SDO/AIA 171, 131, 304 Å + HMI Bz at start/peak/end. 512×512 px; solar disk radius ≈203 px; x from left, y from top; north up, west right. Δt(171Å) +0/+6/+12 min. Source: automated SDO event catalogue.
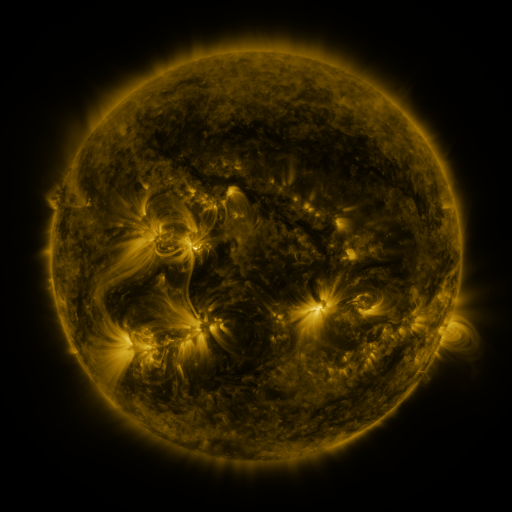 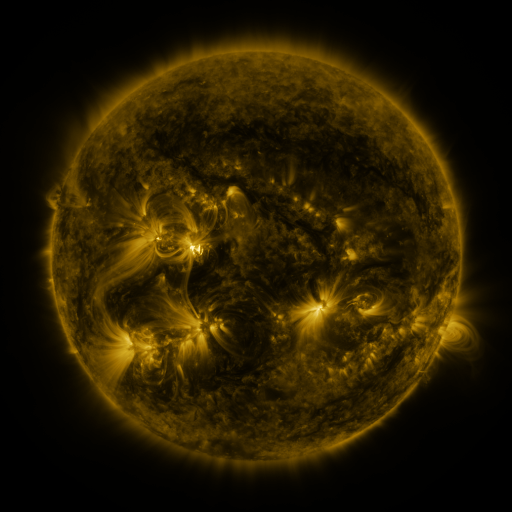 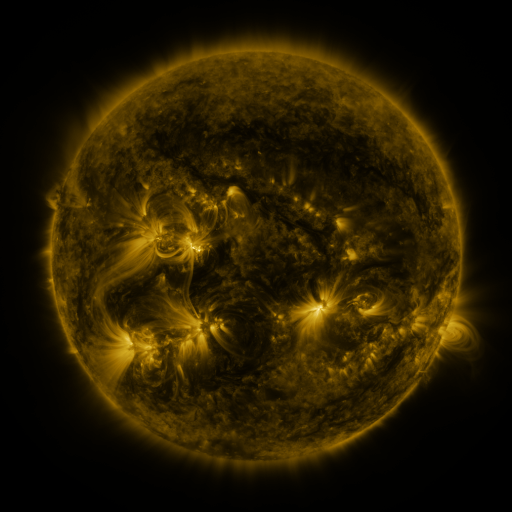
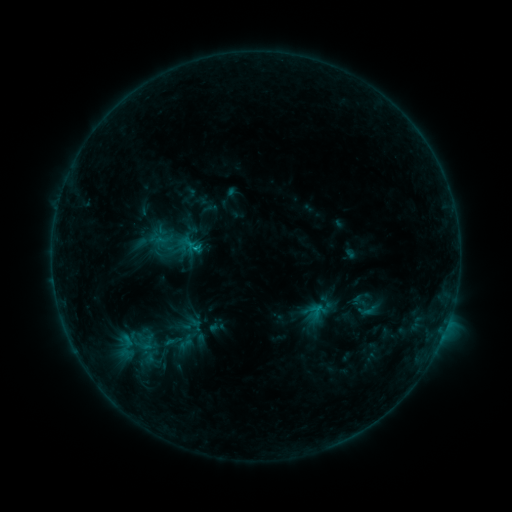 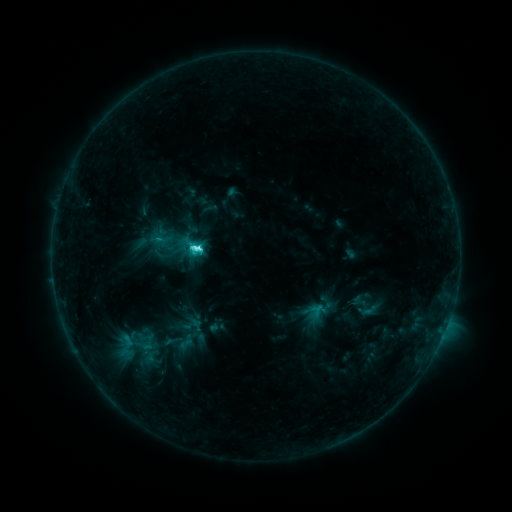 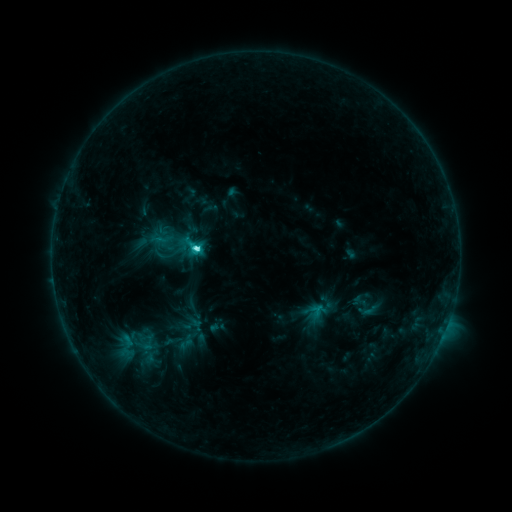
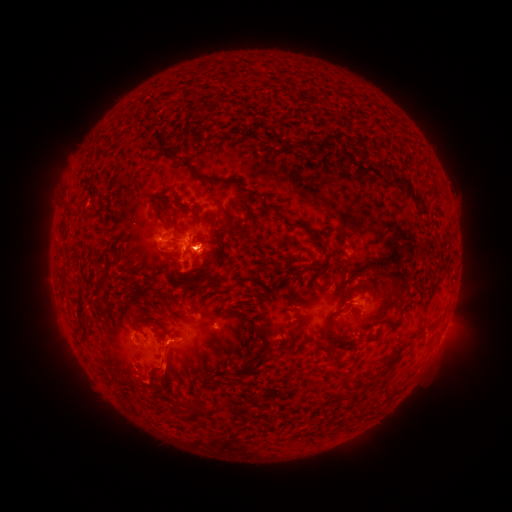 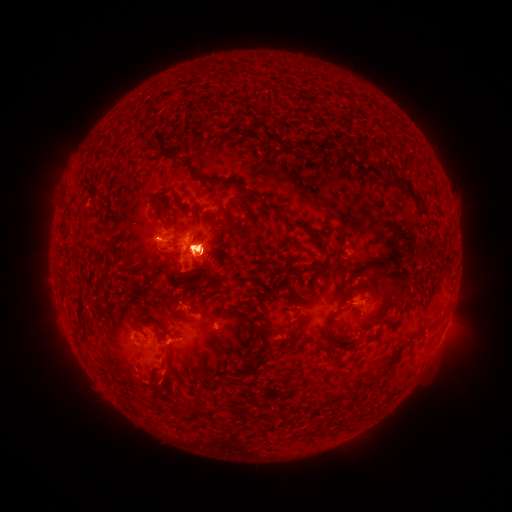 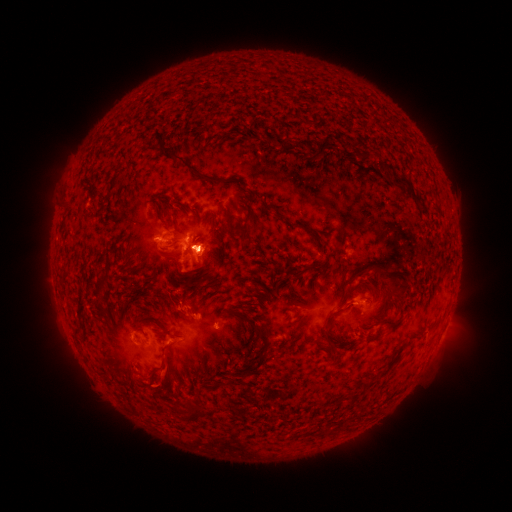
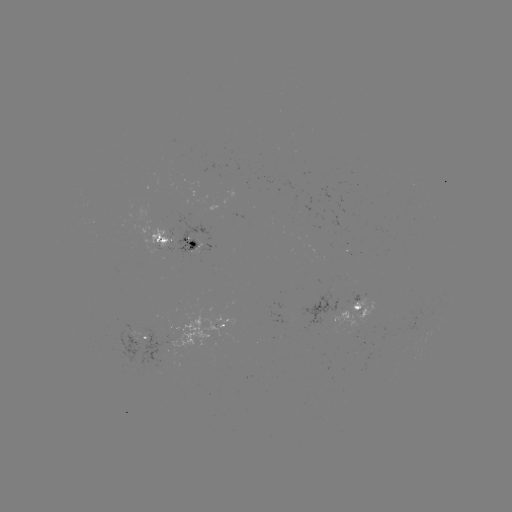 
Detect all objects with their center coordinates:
C7.7 flare: (200, 249)
